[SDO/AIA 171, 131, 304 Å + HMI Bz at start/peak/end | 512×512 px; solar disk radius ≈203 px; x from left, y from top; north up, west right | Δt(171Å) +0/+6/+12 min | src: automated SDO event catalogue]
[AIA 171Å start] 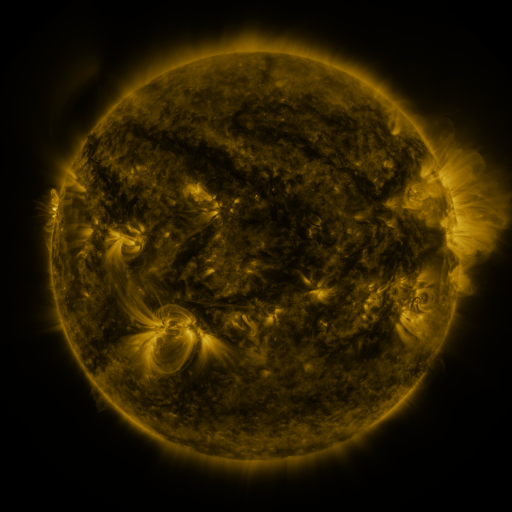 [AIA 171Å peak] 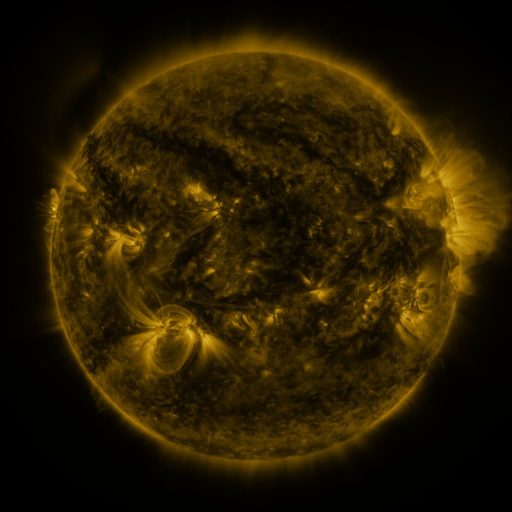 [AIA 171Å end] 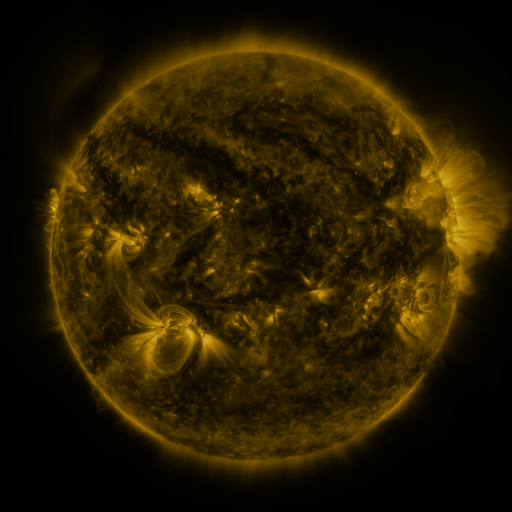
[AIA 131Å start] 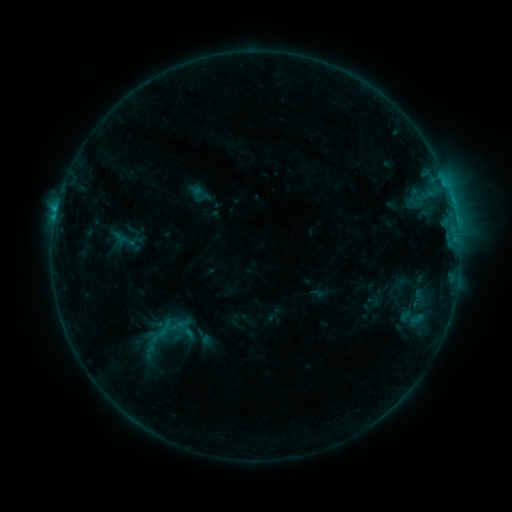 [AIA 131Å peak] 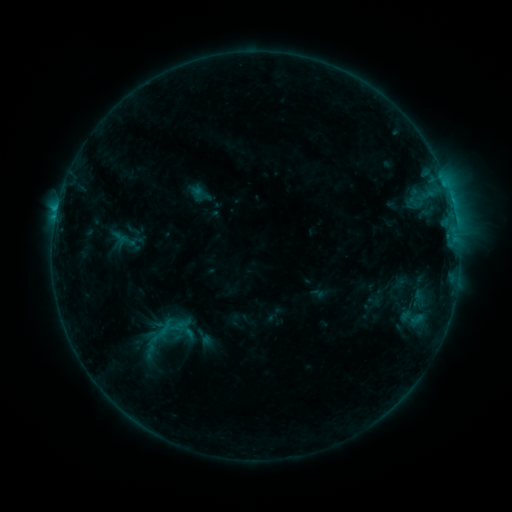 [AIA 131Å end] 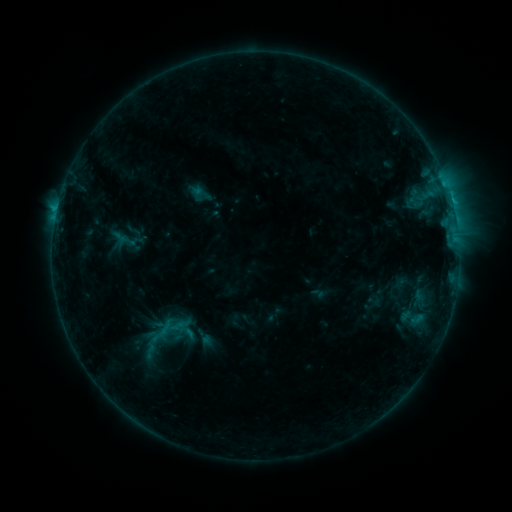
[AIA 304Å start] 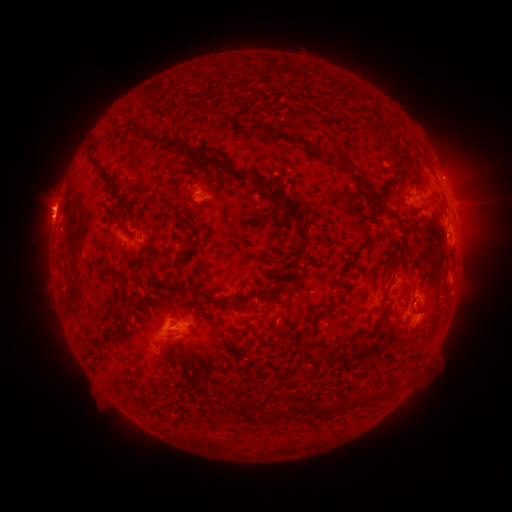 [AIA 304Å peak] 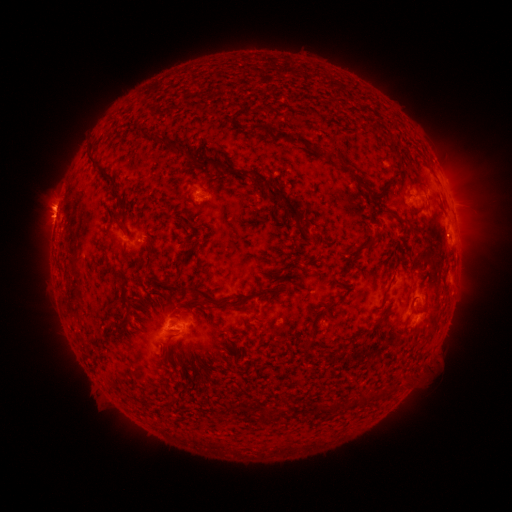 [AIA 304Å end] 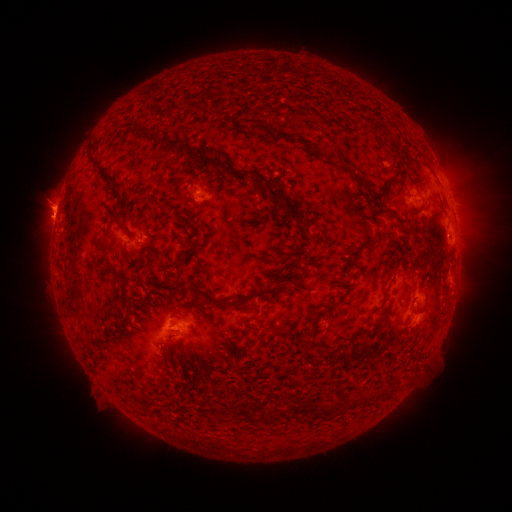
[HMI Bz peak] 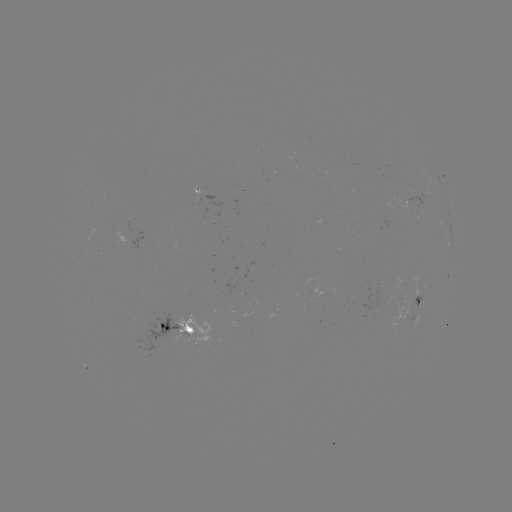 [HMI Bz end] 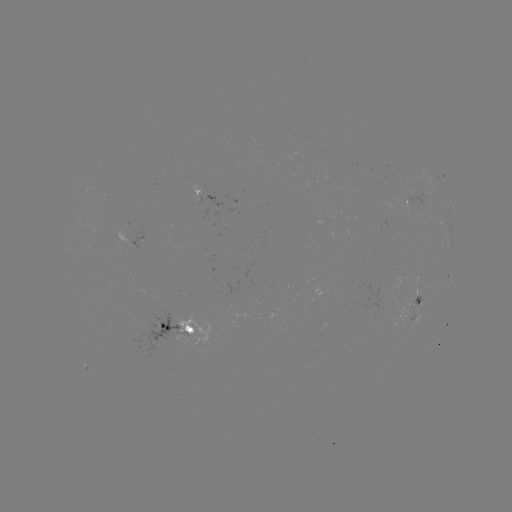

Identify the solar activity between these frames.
C1.4 flare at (446, 235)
